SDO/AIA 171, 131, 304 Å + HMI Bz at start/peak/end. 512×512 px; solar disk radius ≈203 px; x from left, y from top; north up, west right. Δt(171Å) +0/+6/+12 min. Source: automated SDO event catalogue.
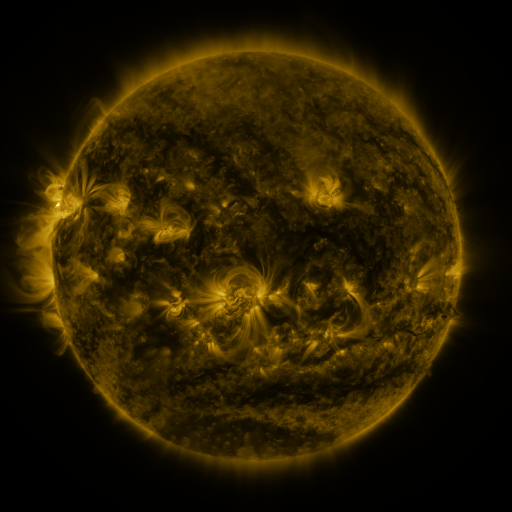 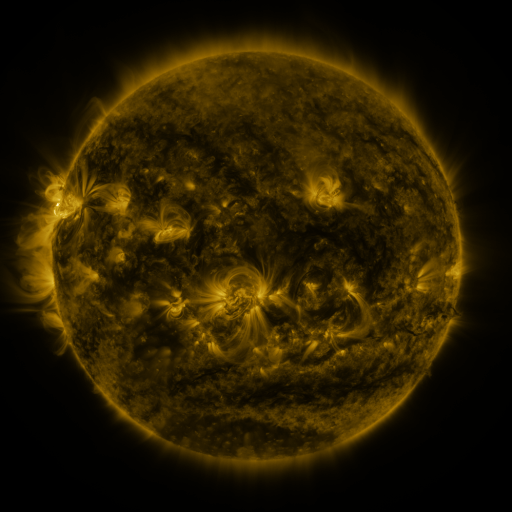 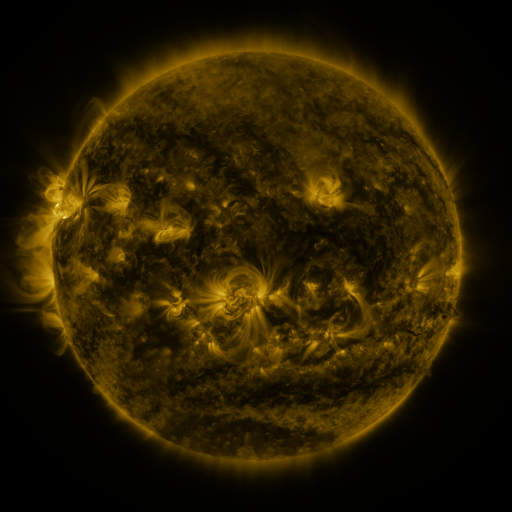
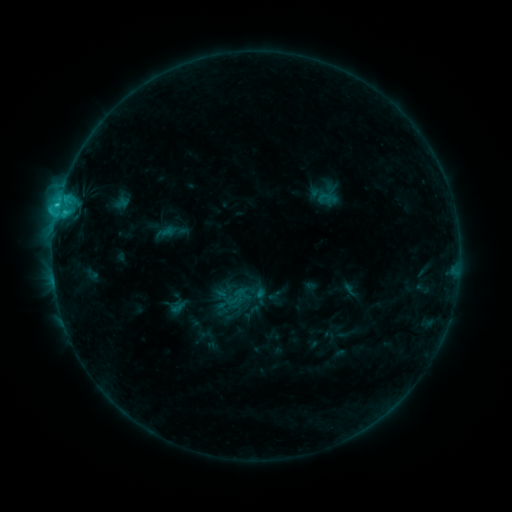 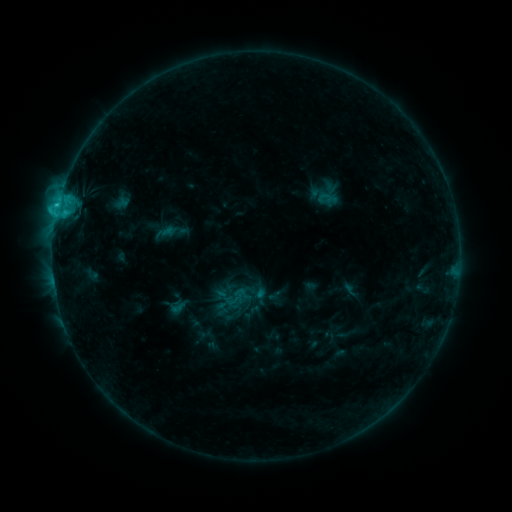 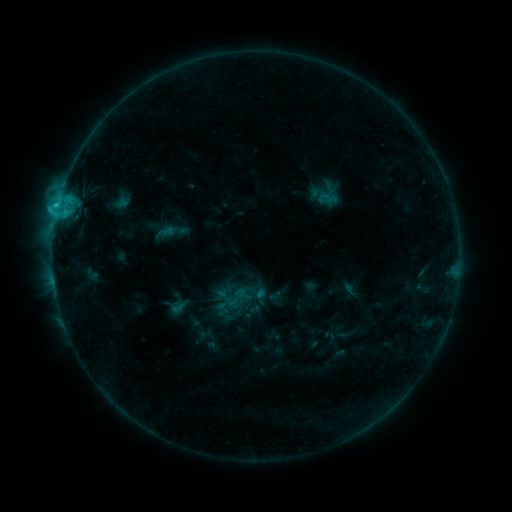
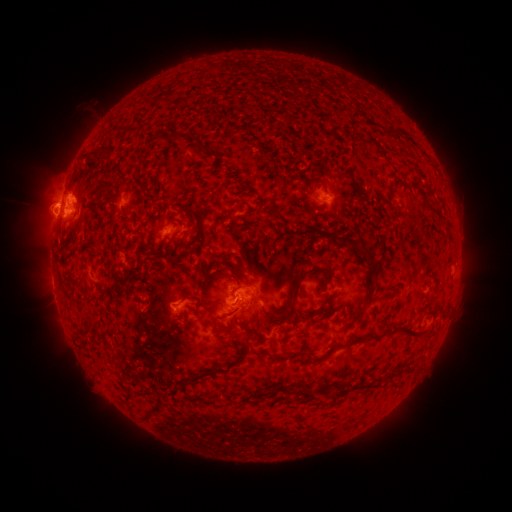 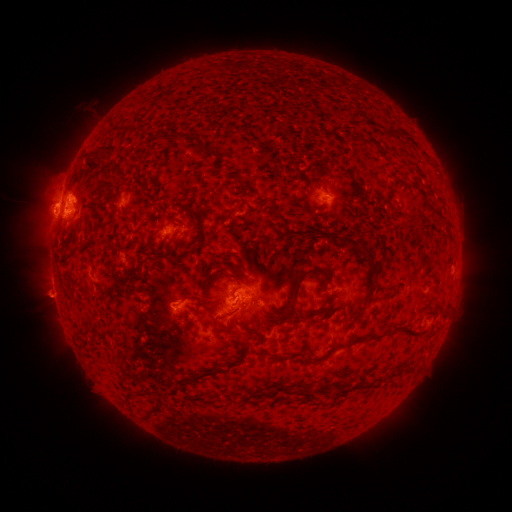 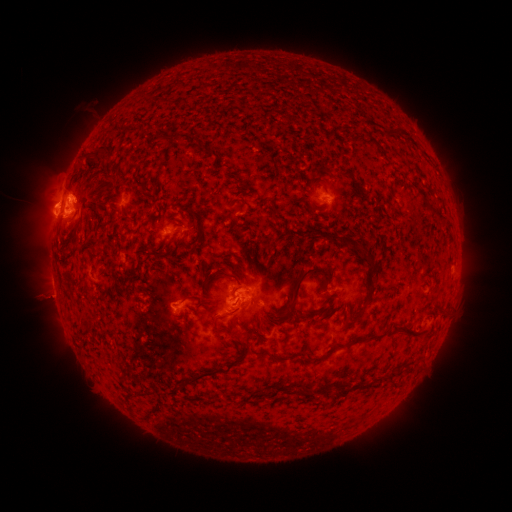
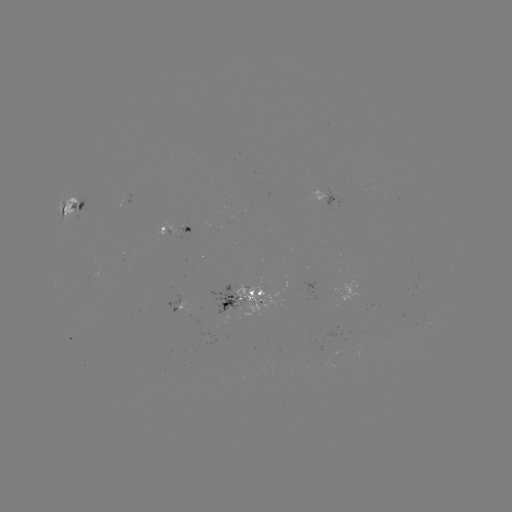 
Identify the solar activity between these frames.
eruption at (52, 294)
